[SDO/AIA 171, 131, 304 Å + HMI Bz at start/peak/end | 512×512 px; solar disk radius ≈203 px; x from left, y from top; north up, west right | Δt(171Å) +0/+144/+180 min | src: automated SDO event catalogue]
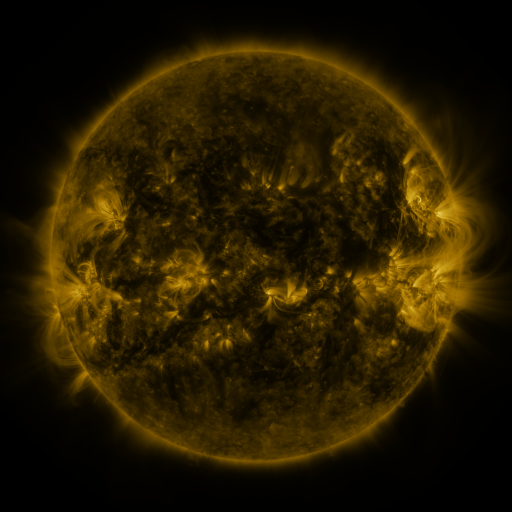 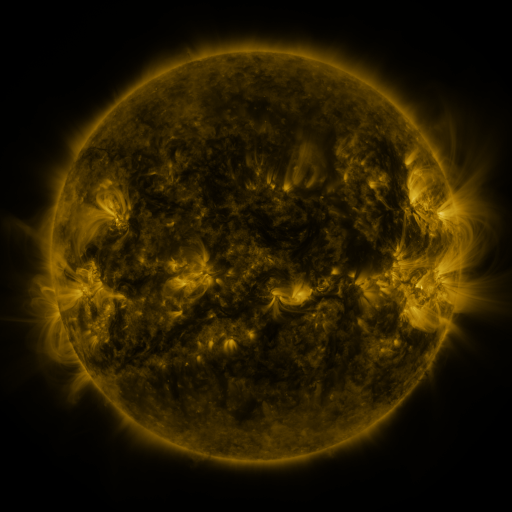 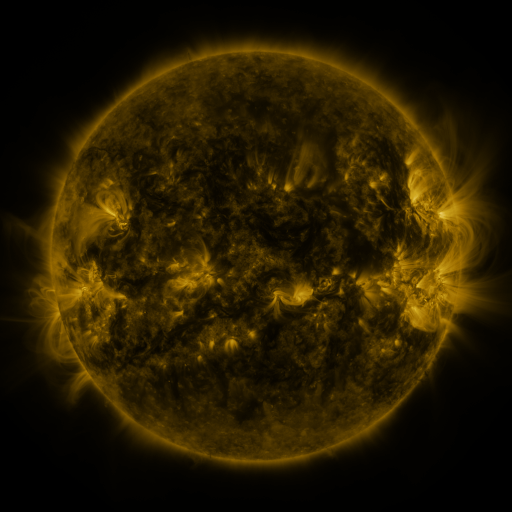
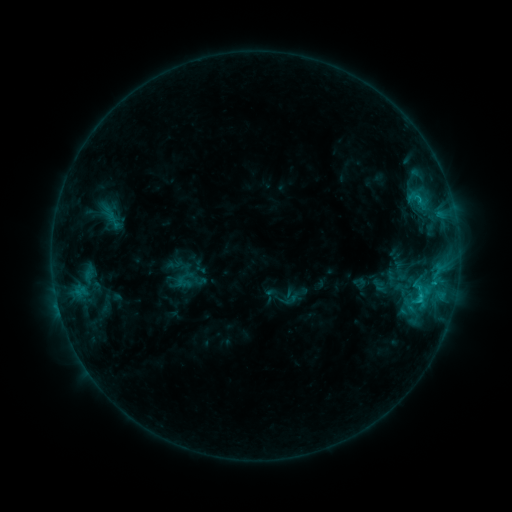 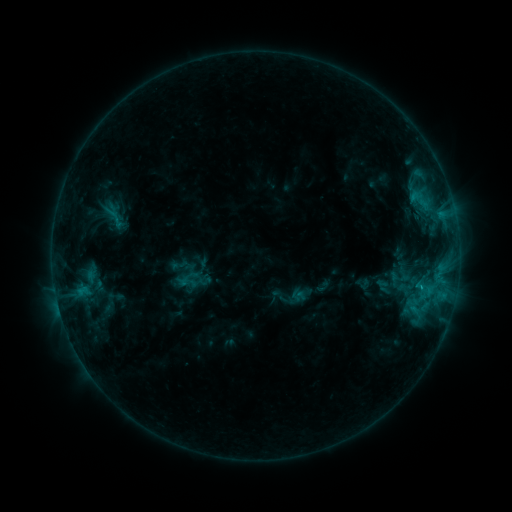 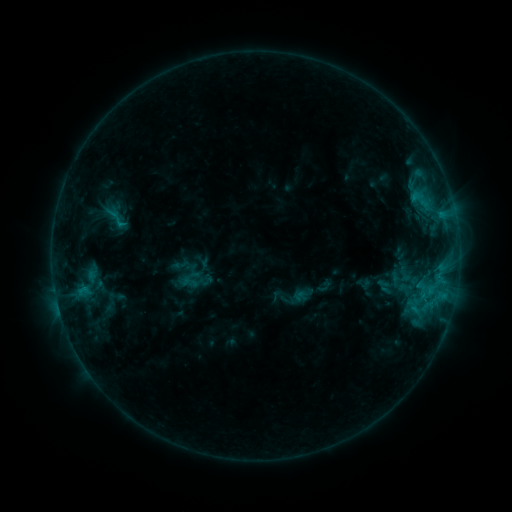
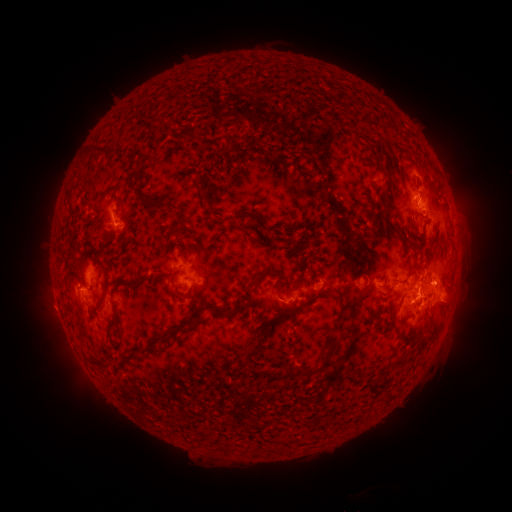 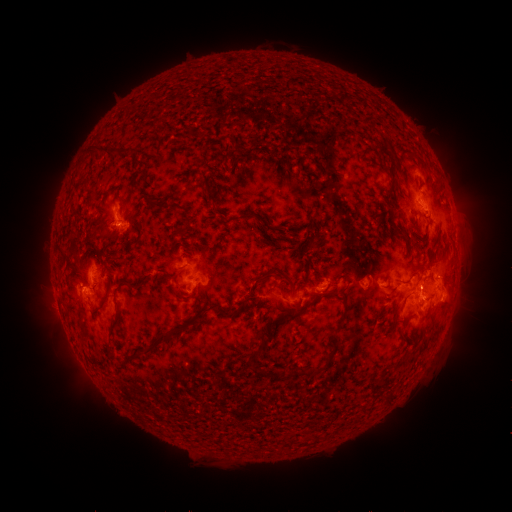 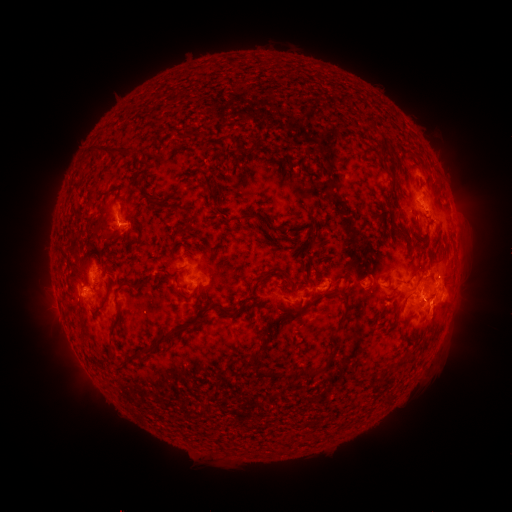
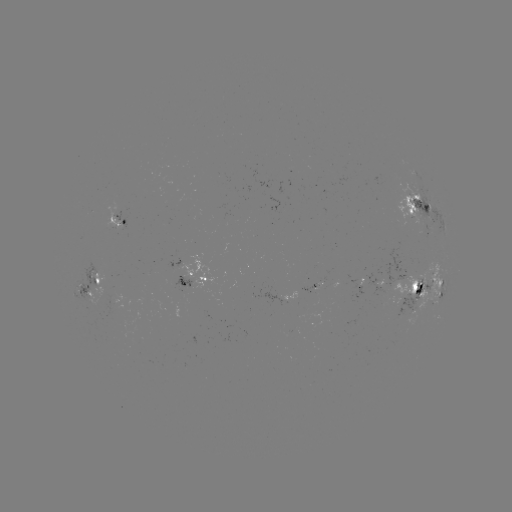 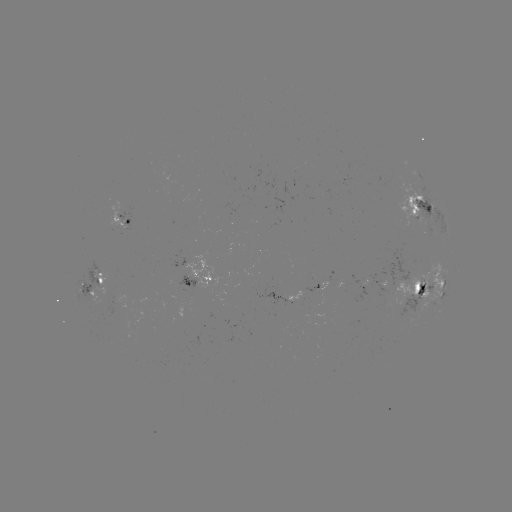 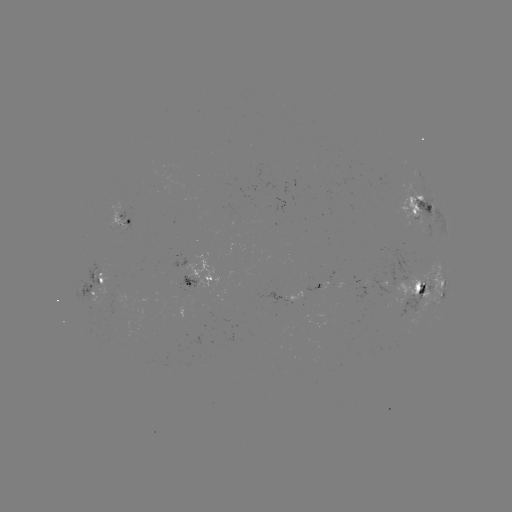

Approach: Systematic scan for emerging-flux region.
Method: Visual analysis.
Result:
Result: emerging-flux region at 345,179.